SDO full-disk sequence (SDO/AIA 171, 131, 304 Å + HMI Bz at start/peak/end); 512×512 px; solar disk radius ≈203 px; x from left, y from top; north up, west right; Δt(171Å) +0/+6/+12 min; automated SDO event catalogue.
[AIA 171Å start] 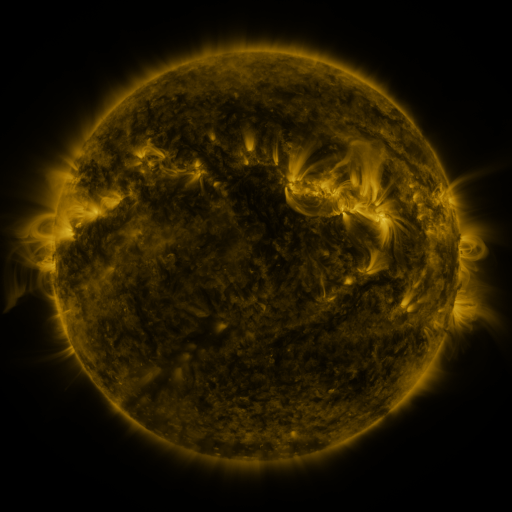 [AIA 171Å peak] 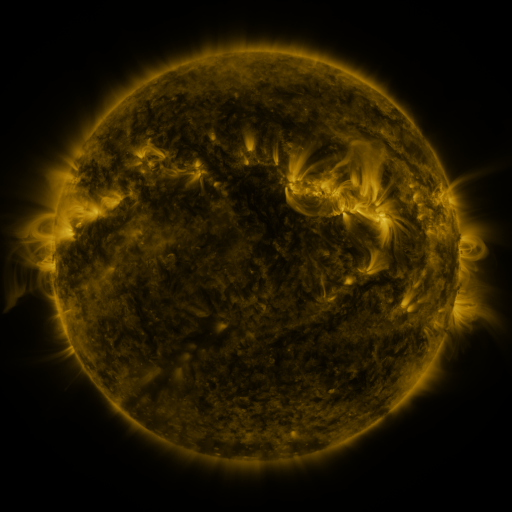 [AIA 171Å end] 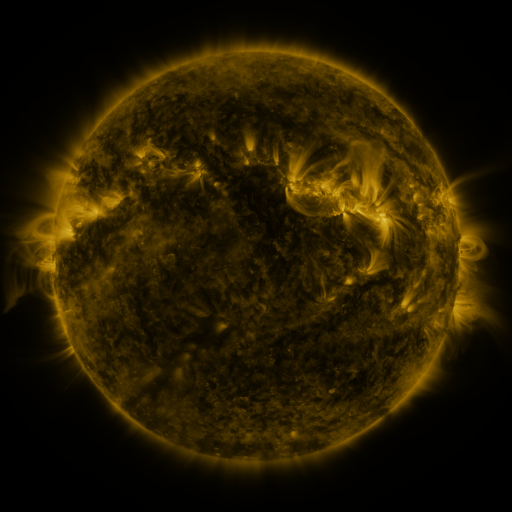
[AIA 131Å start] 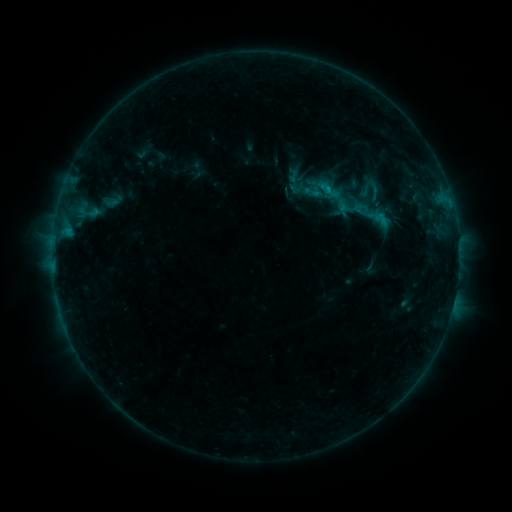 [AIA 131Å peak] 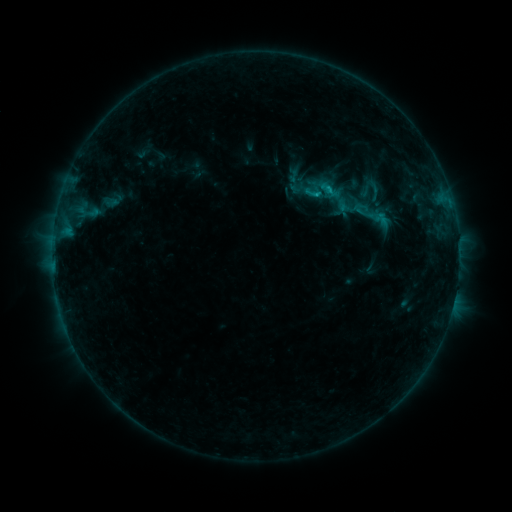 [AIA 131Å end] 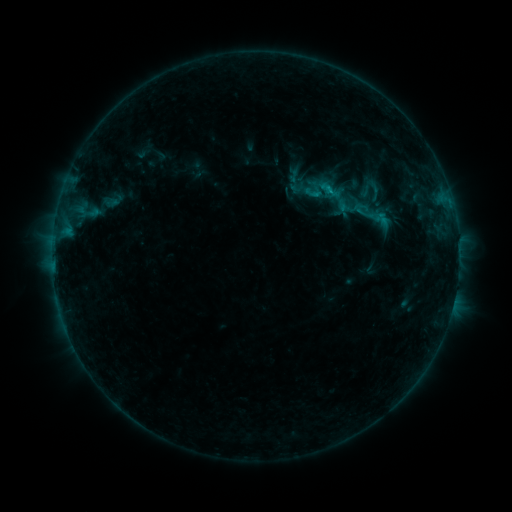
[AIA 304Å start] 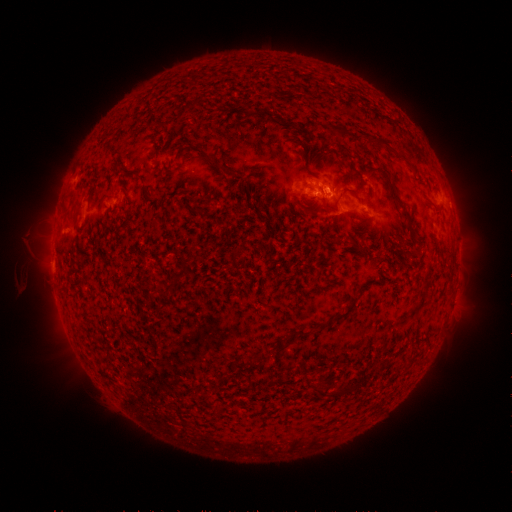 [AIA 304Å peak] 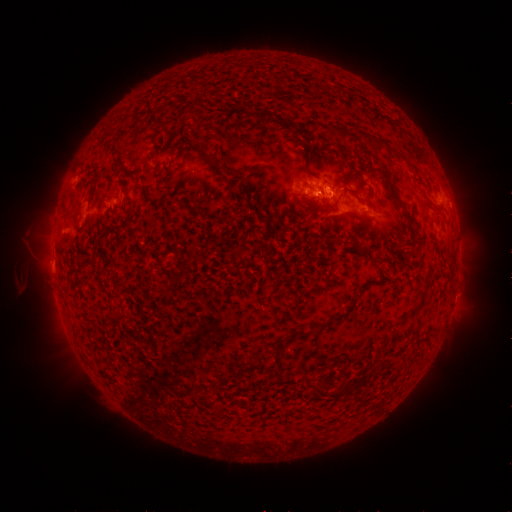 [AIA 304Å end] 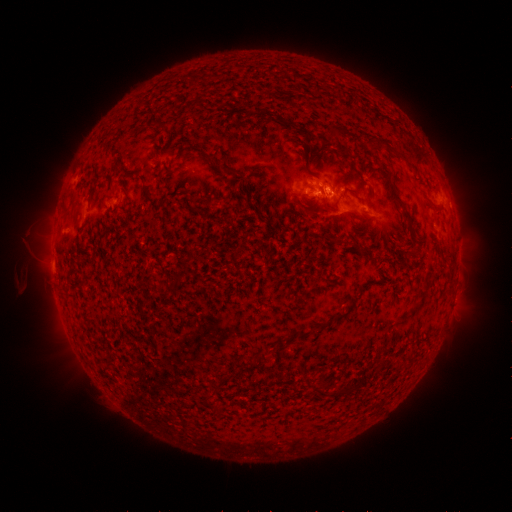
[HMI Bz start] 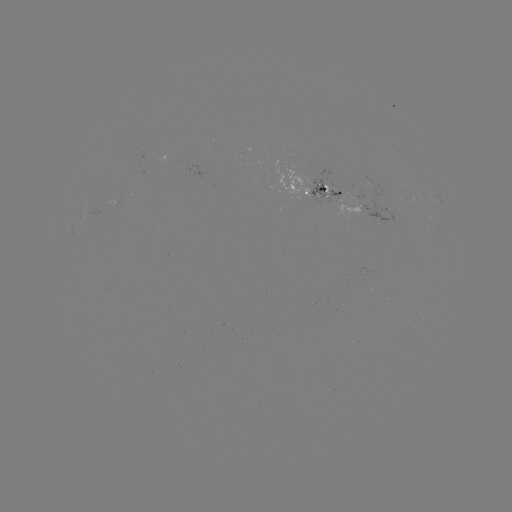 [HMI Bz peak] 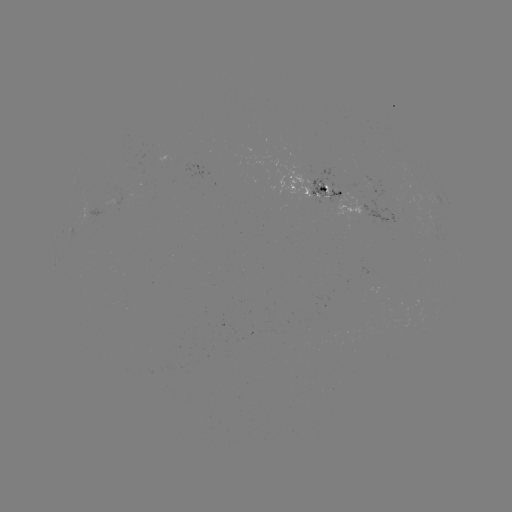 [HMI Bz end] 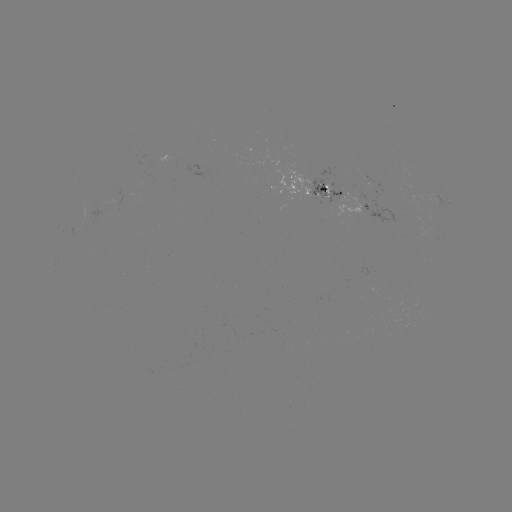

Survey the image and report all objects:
B7.5 flare: (314, 194)
